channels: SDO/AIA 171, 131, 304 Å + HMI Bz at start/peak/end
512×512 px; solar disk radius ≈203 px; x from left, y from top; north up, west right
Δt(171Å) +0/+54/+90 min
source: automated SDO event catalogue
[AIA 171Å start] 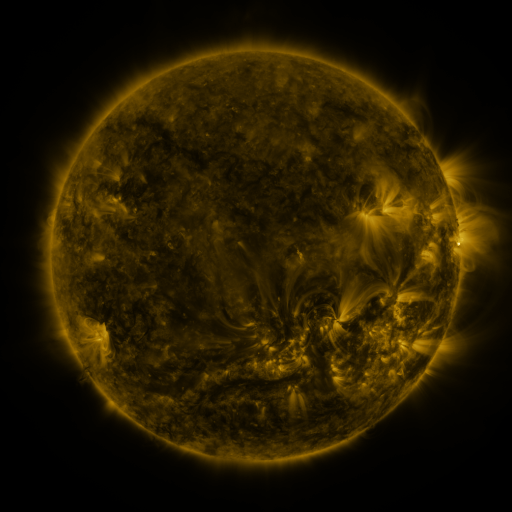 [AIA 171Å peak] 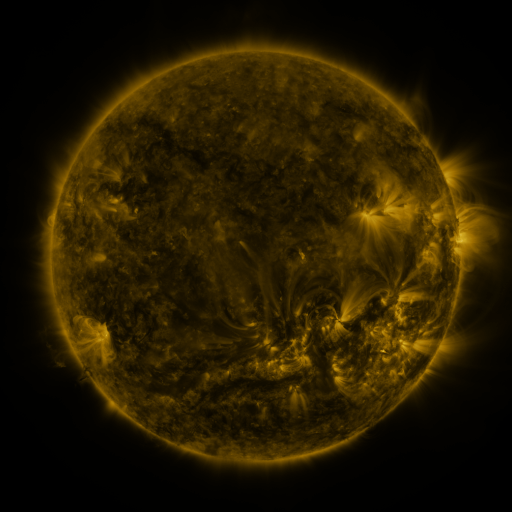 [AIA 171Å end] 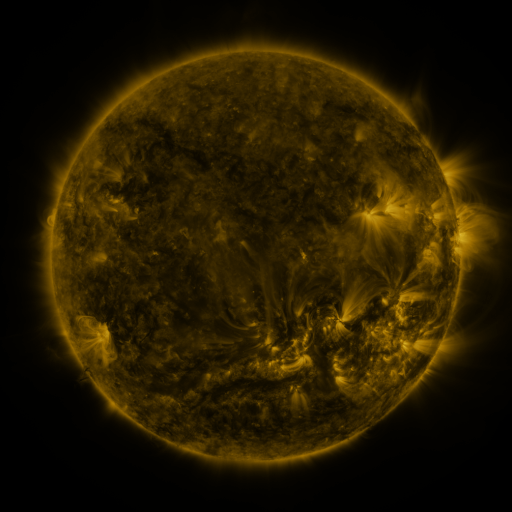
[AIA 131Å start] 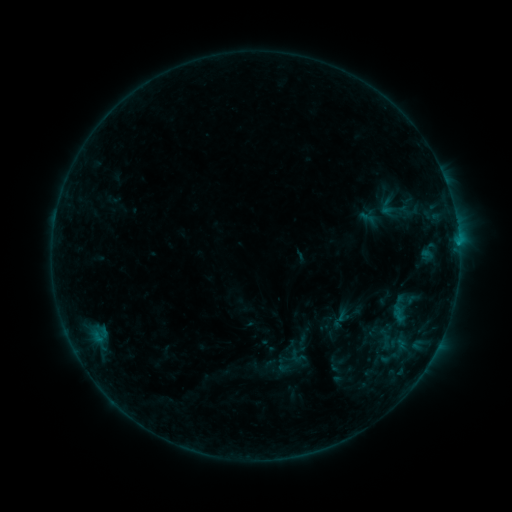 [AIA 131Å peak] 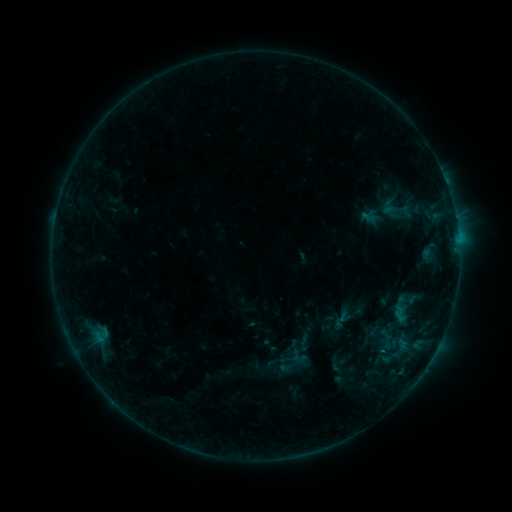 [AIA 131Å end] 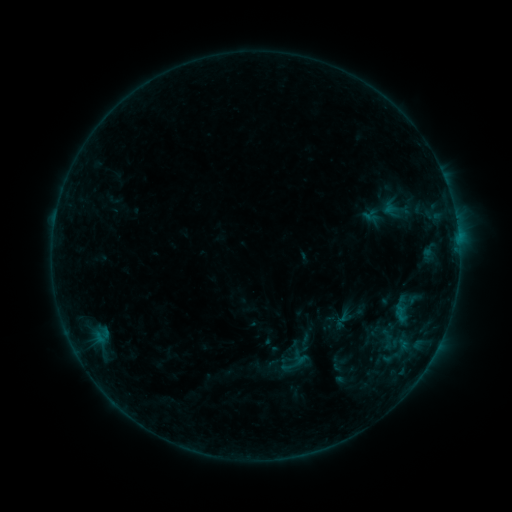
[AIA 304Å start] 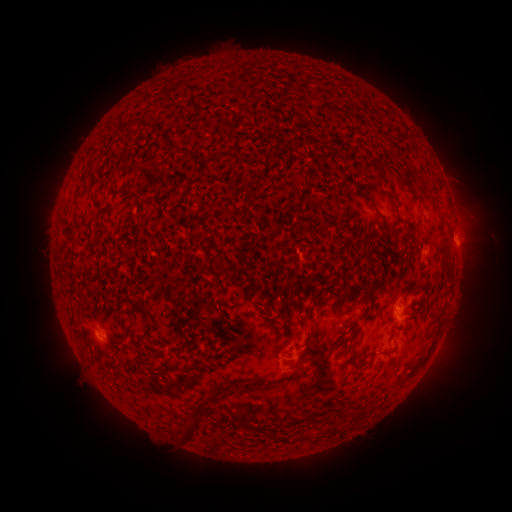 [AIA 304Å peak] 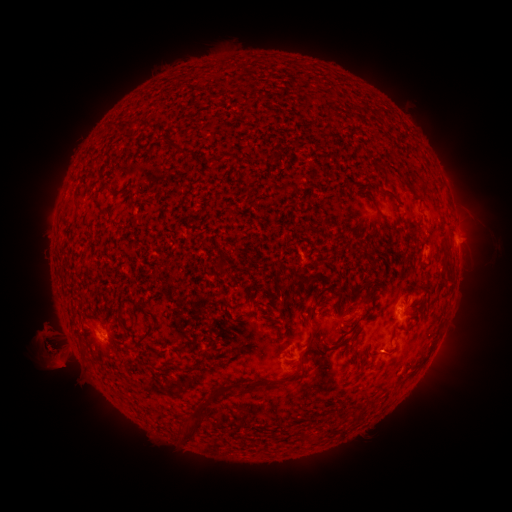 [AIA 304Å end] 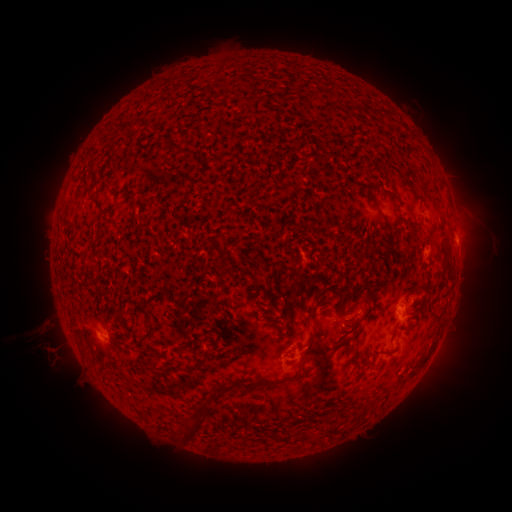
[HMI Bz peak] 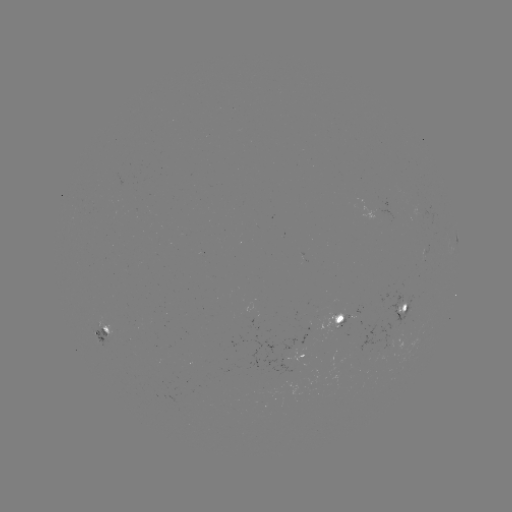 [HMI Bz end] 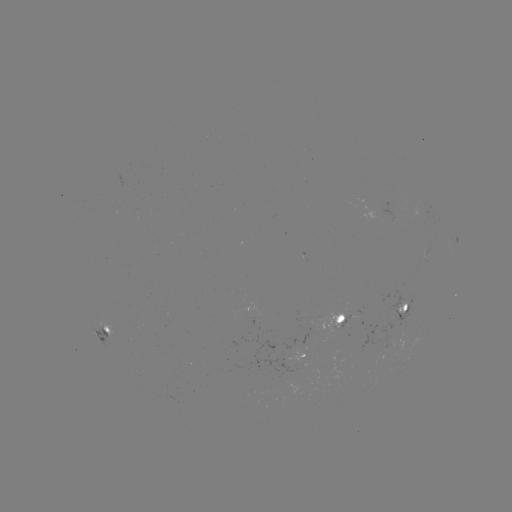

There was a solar emerging-flux region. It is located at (378, 210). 